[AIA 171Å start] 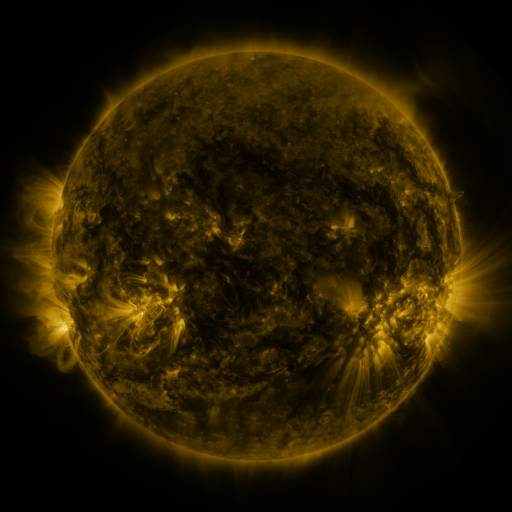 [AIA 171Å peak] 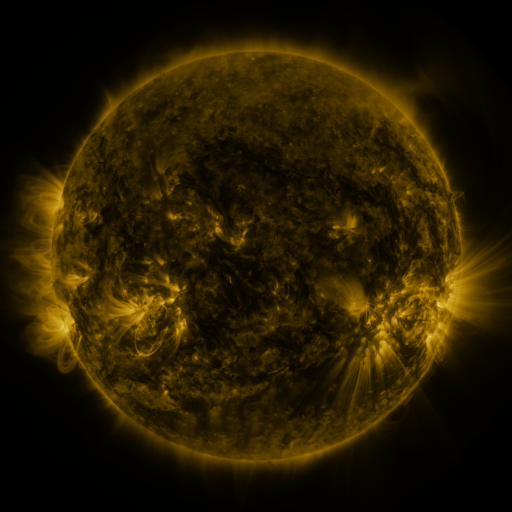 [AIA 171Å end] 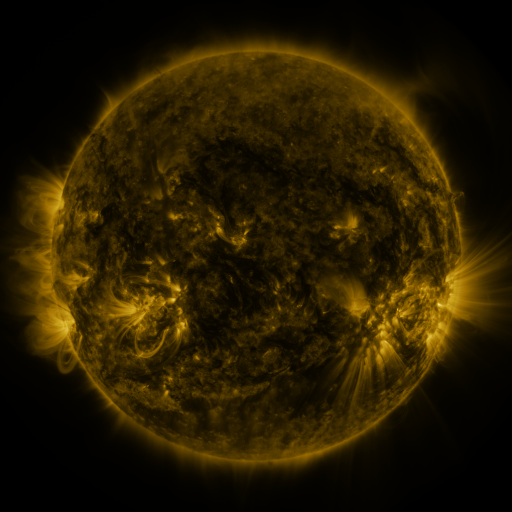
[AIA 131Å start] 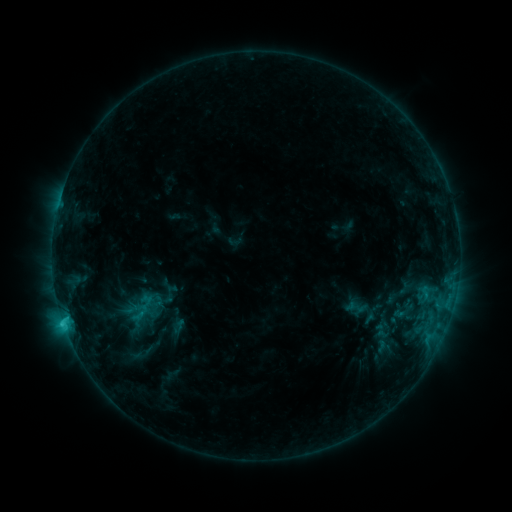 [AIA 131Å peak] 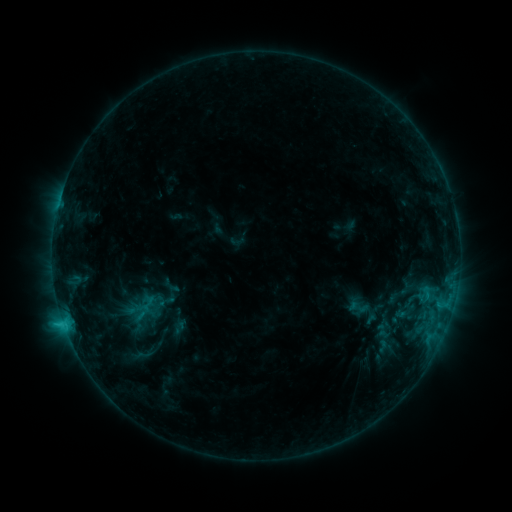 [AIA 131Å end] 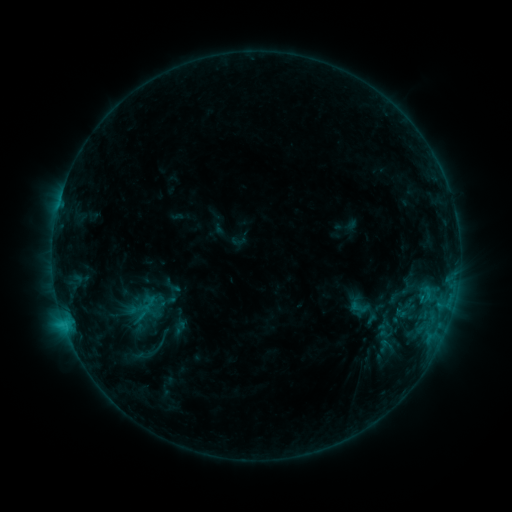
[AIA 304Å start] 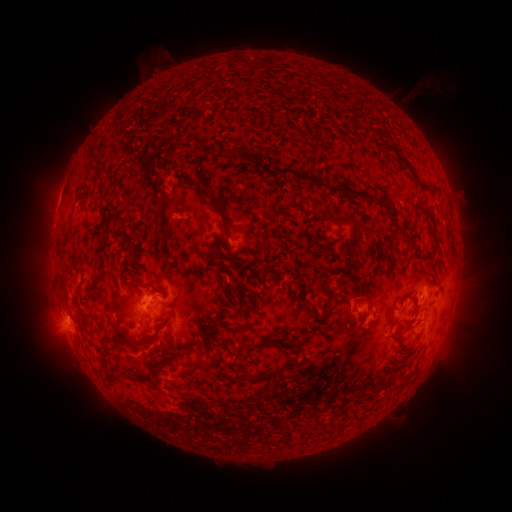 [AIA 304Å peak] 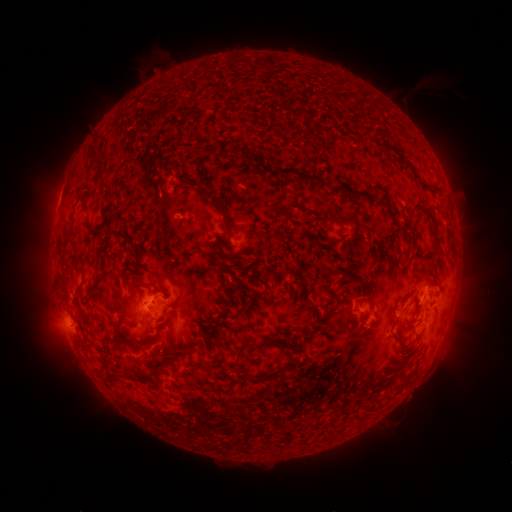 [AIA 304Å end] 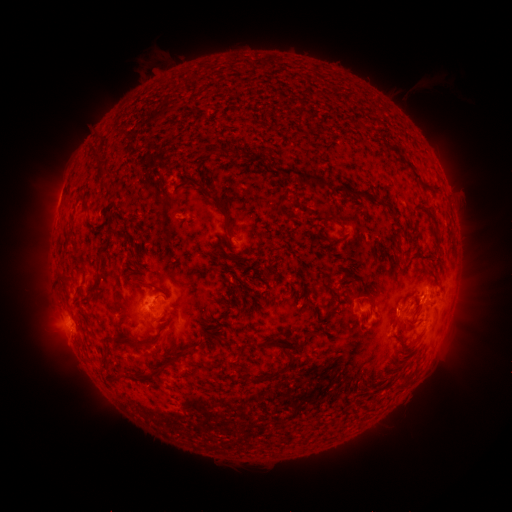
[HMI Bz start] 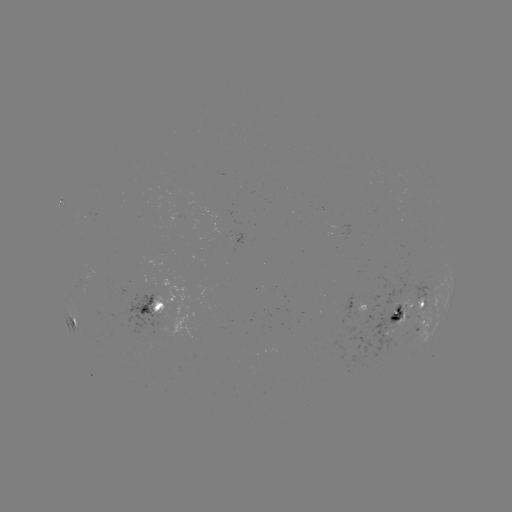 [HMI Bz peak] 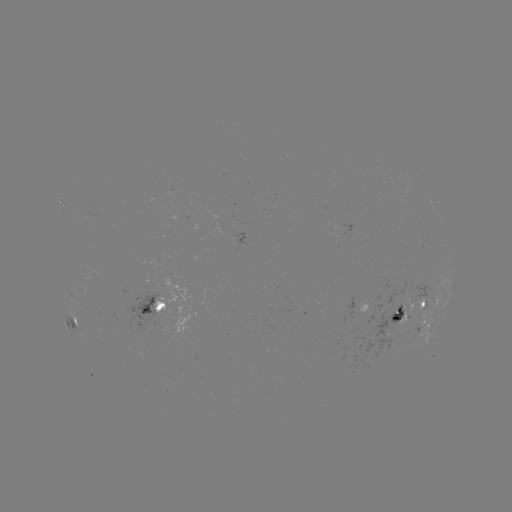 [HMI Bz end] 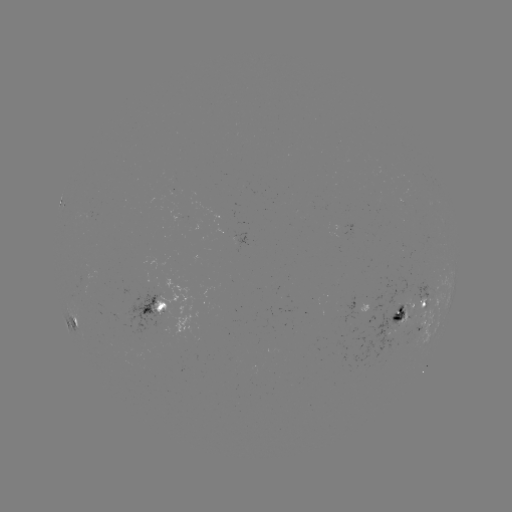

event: emerging-flux region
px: (390, 326)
